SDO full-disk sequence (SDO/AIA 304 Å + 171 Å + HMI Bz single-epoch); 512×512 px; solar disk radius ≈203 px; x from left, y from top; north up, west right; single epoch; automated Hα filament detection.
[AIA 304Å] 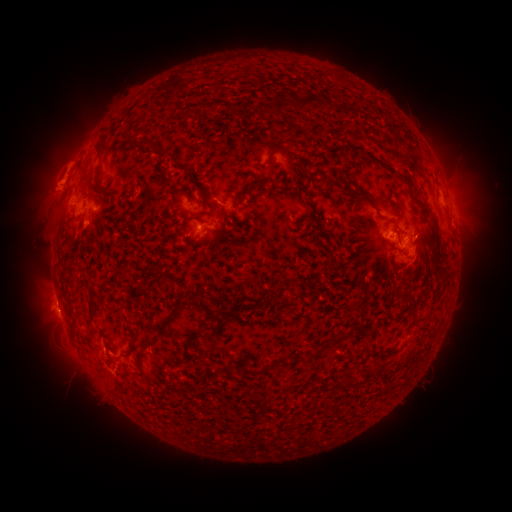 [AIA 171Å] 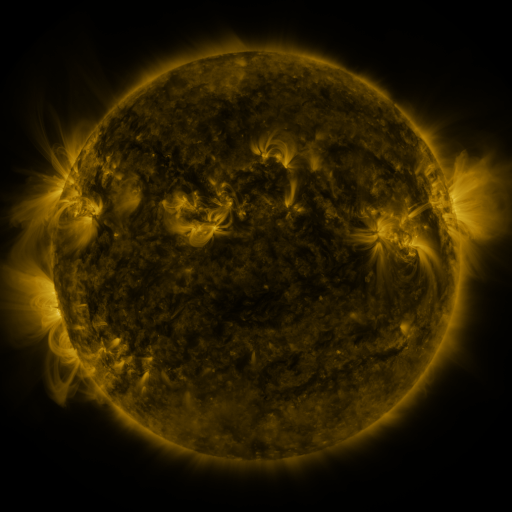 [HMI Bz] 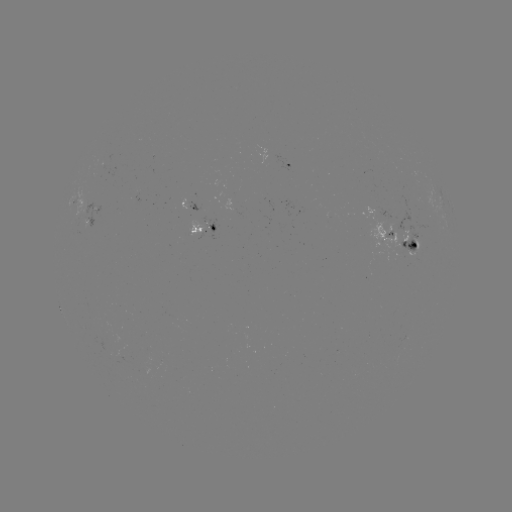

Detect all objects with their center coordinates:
filament: (312, 100)
filament: (208, 104)
filament: (221, 105)
filament: (280, 105)
filament: (347, 111)
filament: (160, 152)
filament: (367, 159)
filament: (103, 160)
filament: (264, 170)
filament: (394, 172)
filament: (355, 195)
filament: (236, 201)
filament: (313, 211)
filament: (125, 215)
filament: (188, 218)
filament: (224, 218)
filament: (435, 226)
filament: (444, 274)
filament: (92, 293)
filament: (284, 303)
filament: (182, 306)
filament: (233, 314)
filament: (132, 341)
filament: (333, 342)
filament: (138, 358)
filament: (287, 363)
